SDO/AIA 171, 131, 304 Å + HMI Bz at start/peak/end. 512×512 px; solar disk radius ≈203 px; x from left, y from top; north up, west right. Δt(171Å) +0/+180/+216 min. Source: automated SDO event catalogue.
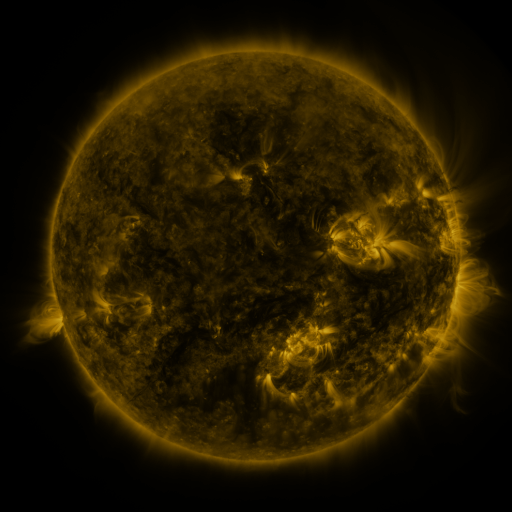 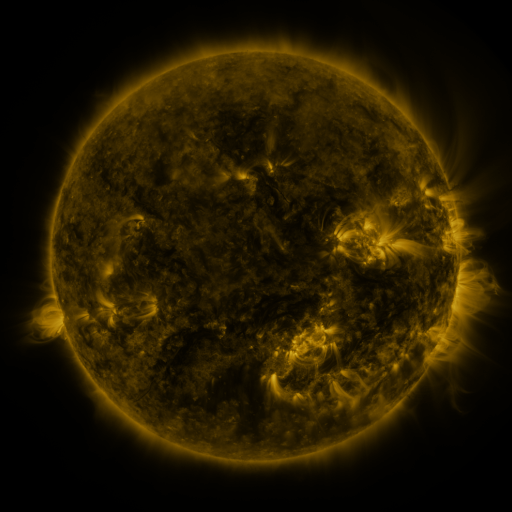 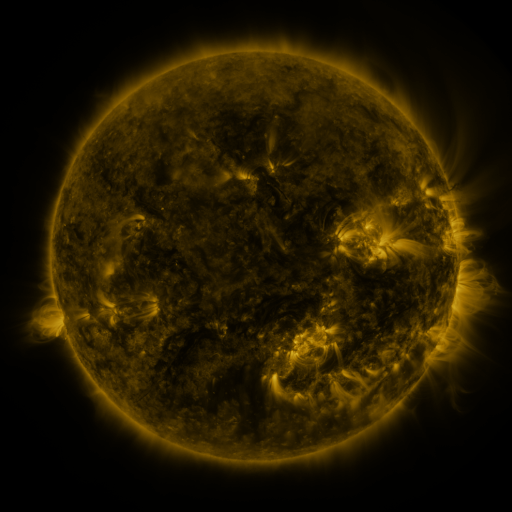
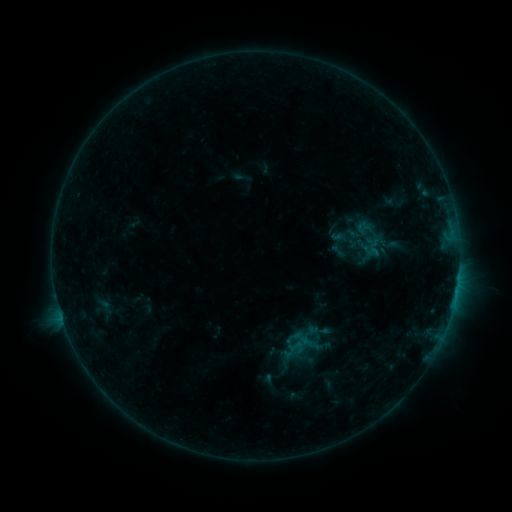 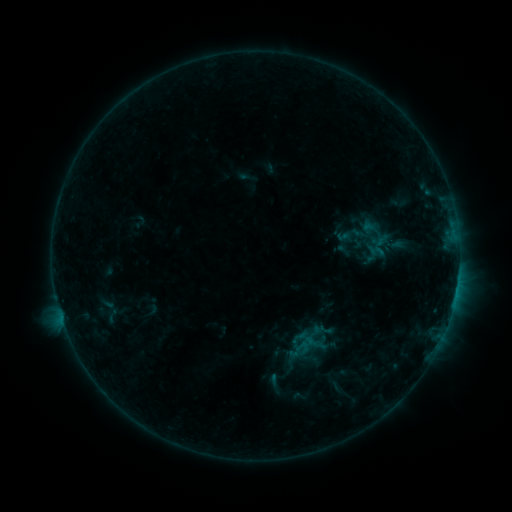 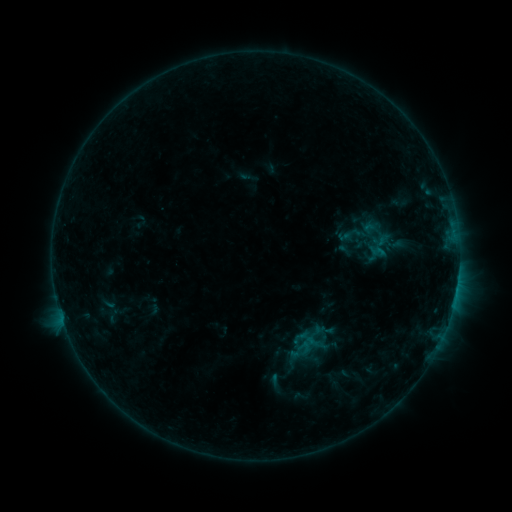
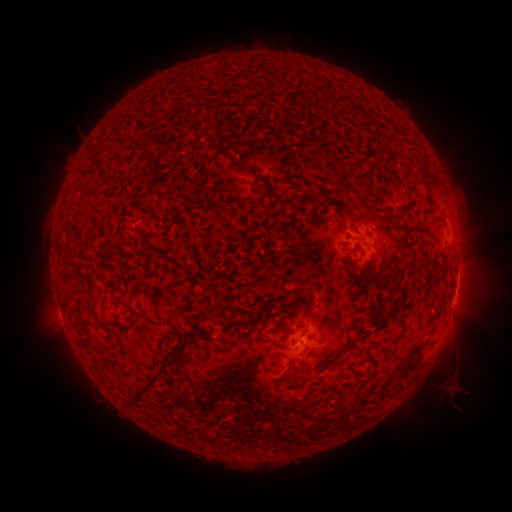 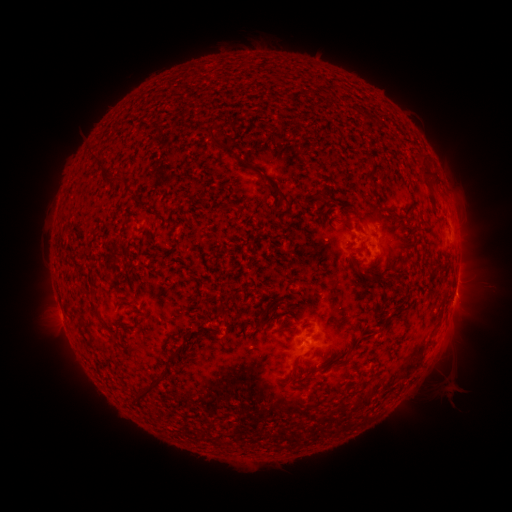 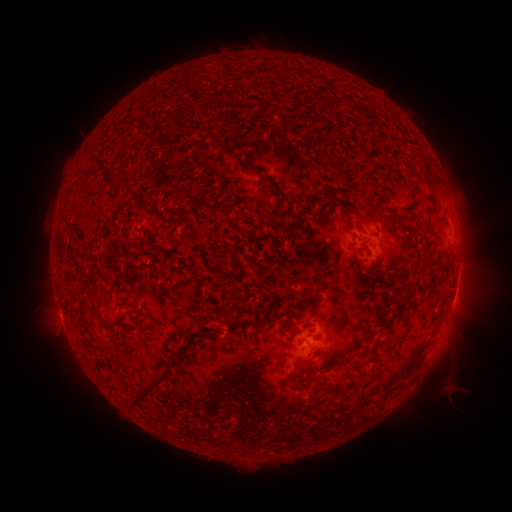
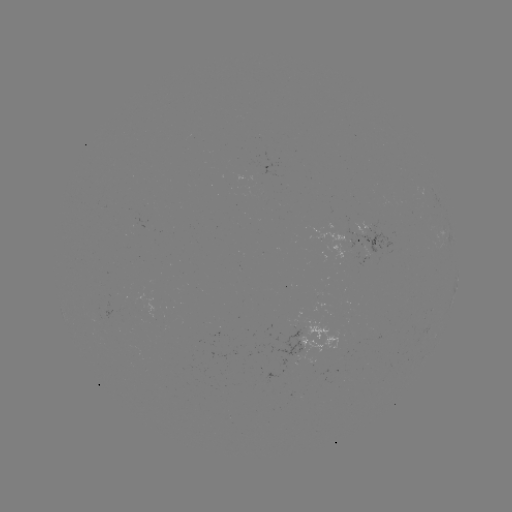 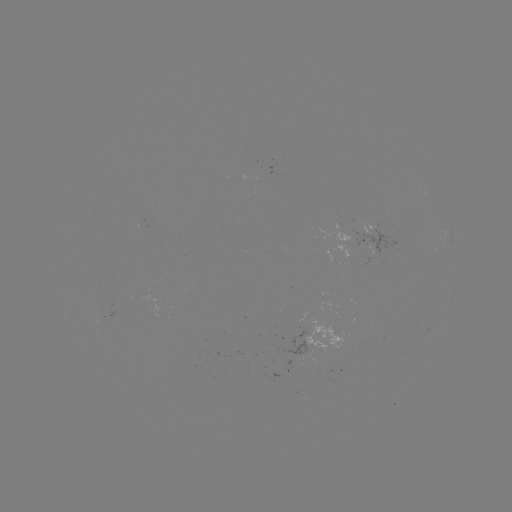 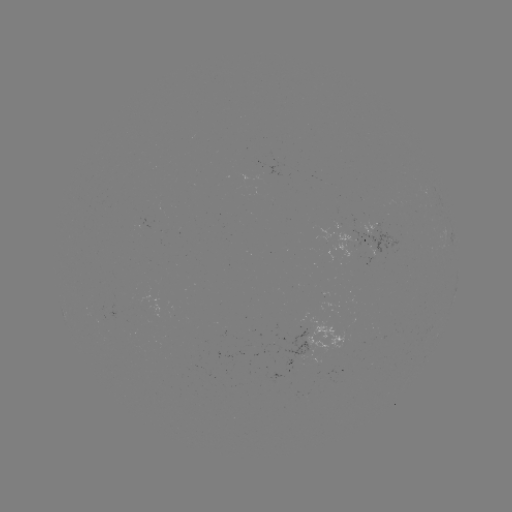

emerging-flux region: [312, 227, 357, 257]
